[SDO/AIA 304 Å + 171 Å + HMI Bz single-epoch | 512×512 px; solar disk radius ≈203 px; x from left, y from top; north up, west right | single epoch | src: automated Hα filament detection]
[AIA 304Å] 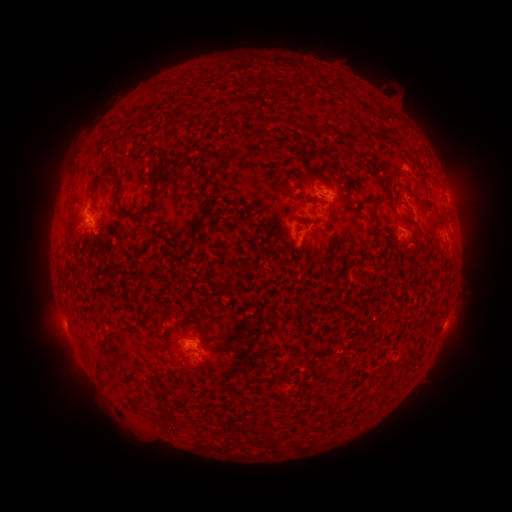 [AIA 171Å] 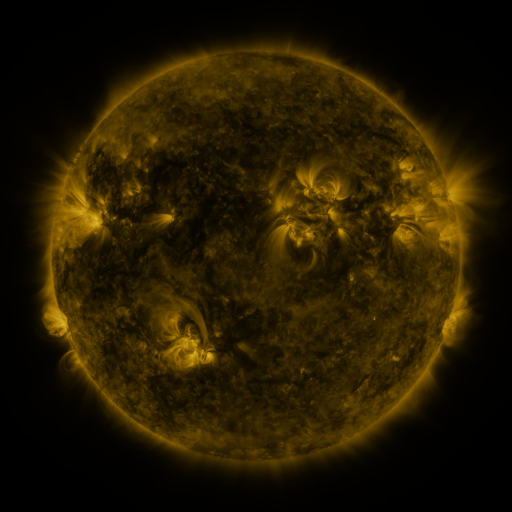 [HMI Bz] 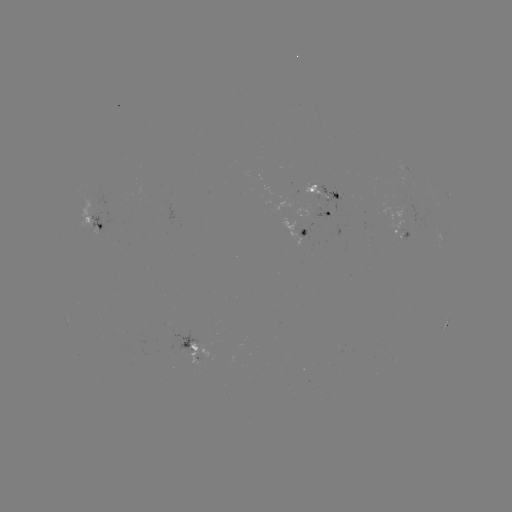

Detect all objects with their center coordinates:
filament: (276, 122)
filament: (379, 132)
filament: (206, 180)
filament: (409, 191)
filament: (315, 208)
filament: (135, 214)
filament: (202, 218)
filament: (70, 222)
filament: (287, 246)
filament: (143, 274)
filament: (107, 339)
filament: (385, 391)
filament: (198, 406)
